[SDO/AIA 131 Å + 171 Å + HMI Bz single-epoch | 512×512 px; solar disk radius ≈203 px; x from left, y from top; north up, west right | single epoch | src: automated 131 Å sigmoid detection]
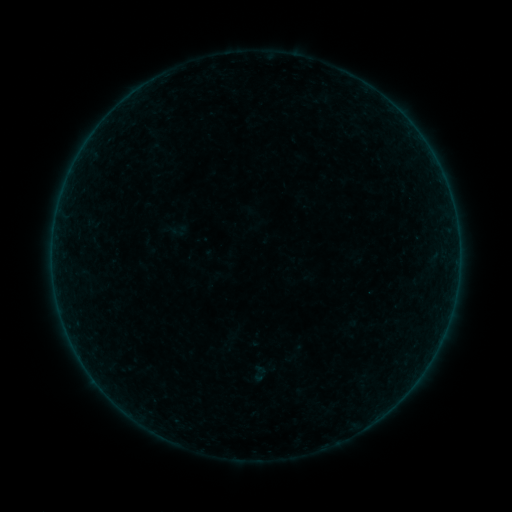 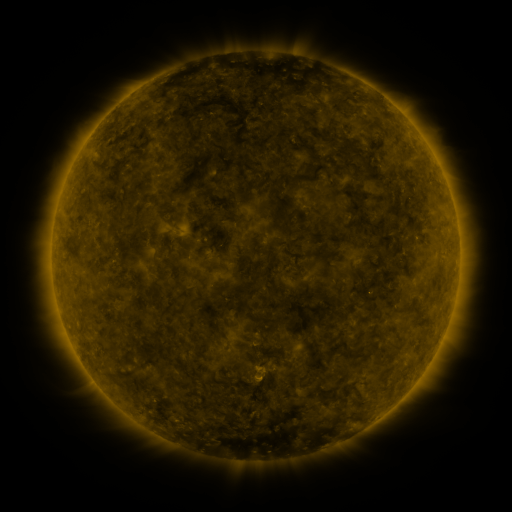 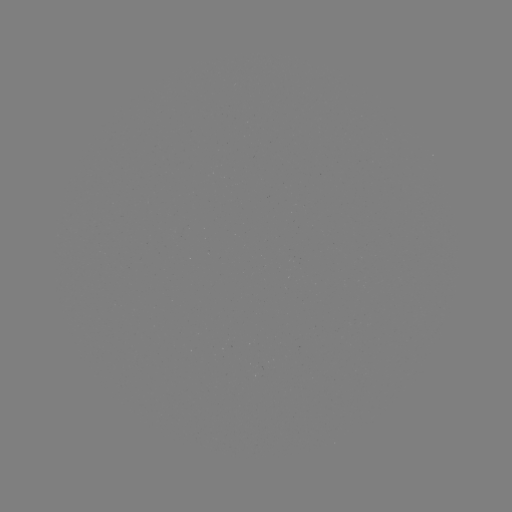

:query sigmoid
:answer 259,373